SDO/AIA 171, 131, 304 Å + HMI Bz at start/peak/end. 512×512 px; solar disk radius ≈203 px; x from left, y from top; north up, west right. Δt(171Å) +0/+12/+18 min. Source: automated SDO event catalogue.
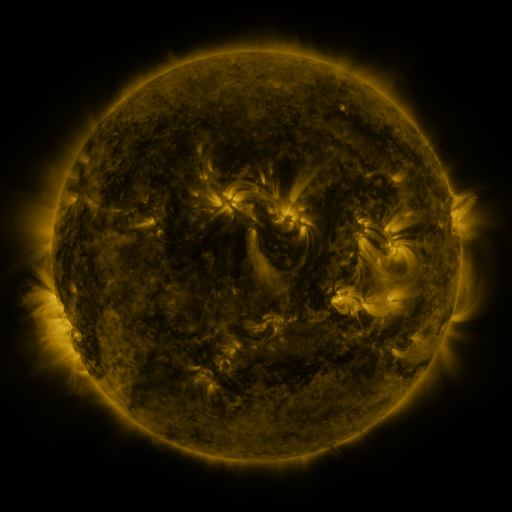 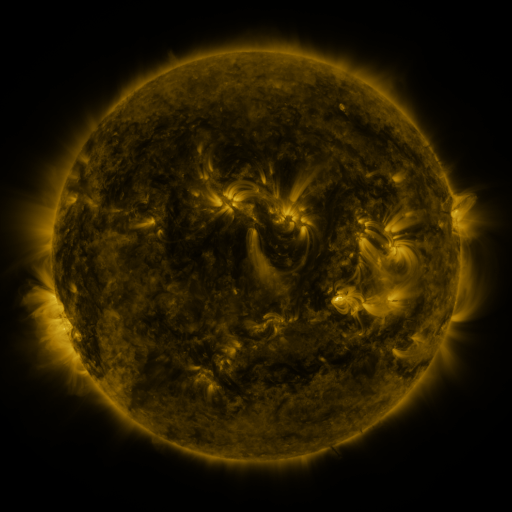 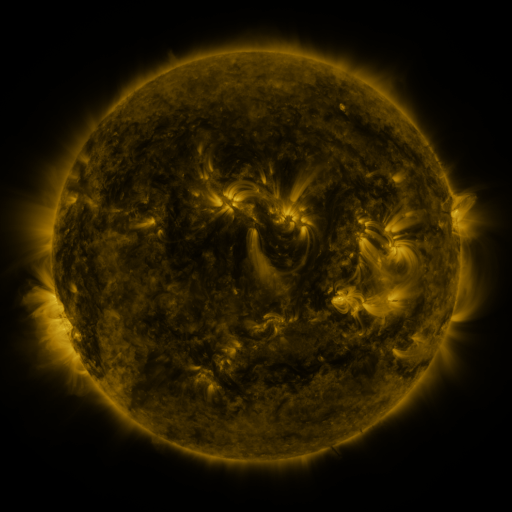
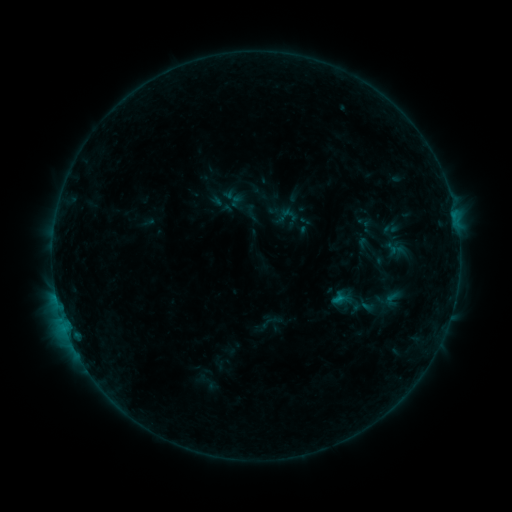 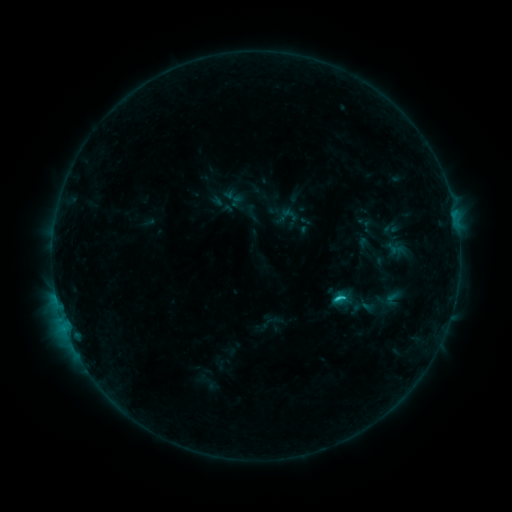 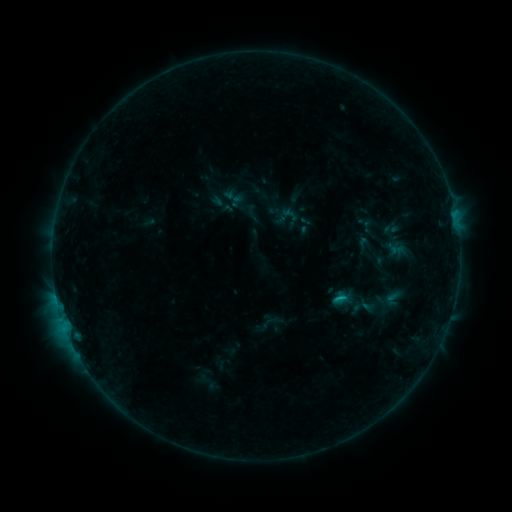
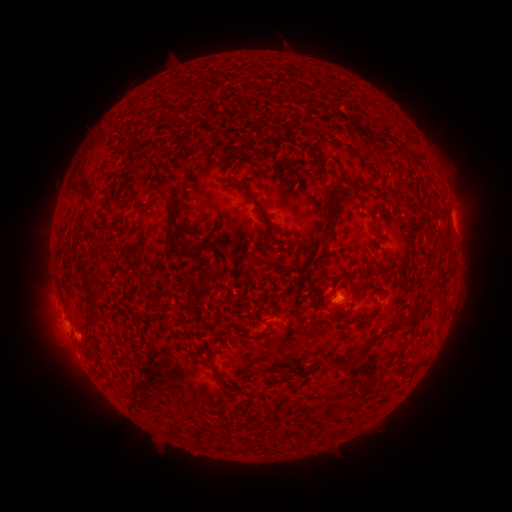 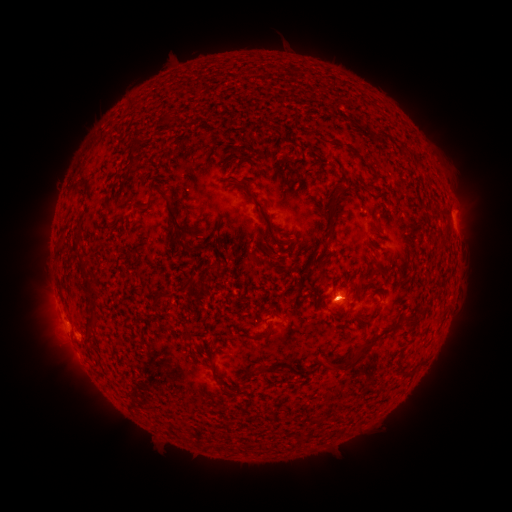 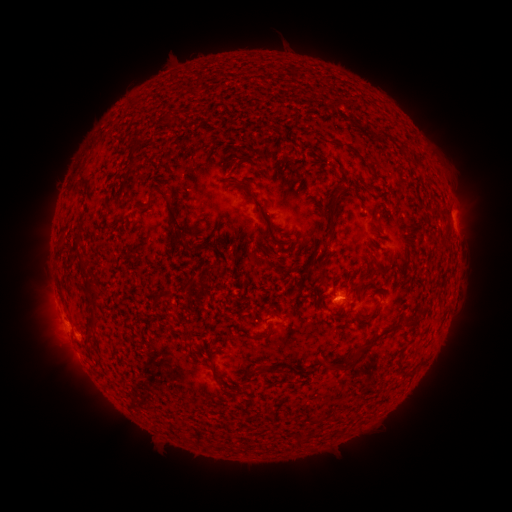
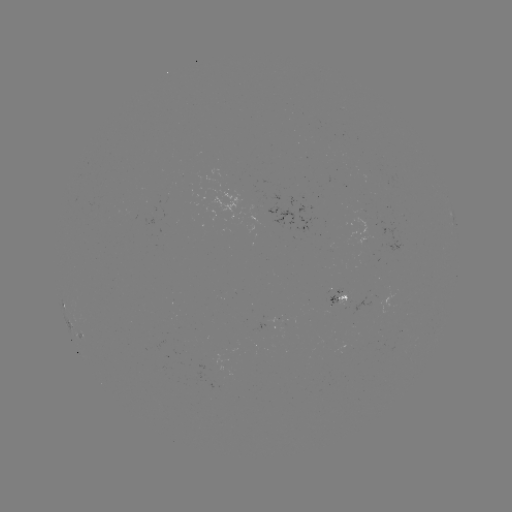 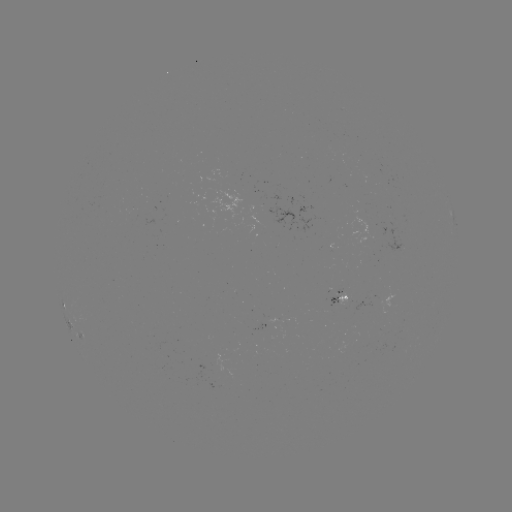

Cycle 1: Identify B9.3 flare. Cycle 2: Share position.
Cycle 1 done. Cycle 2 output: [340, 297].